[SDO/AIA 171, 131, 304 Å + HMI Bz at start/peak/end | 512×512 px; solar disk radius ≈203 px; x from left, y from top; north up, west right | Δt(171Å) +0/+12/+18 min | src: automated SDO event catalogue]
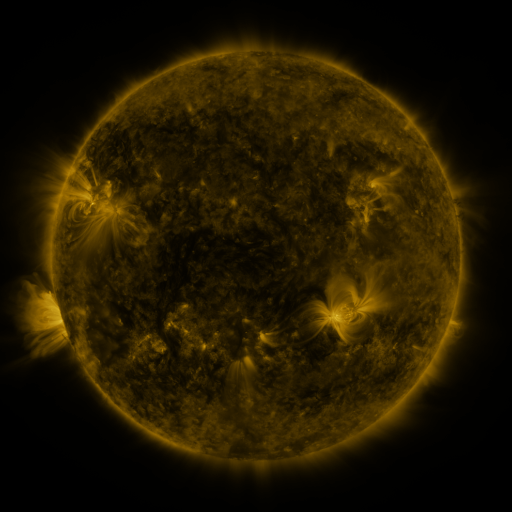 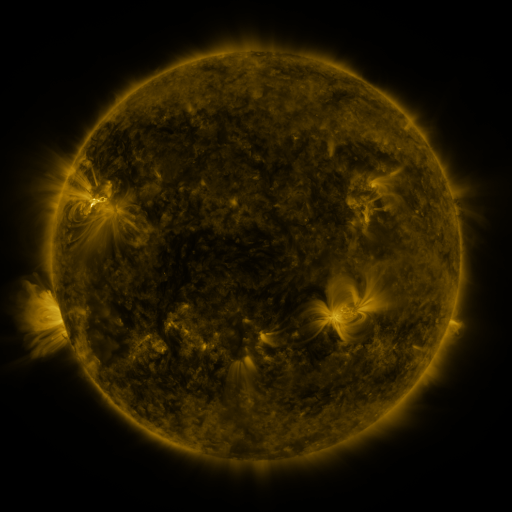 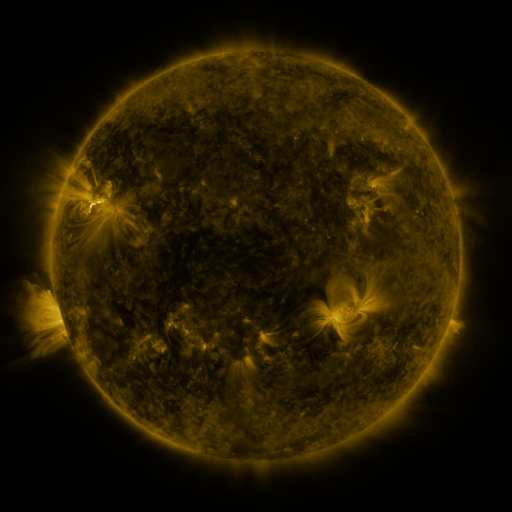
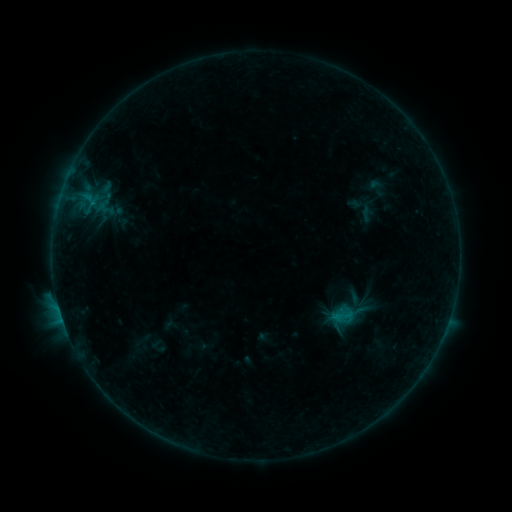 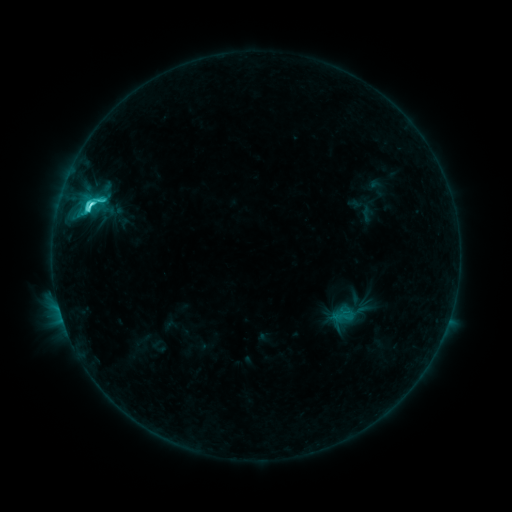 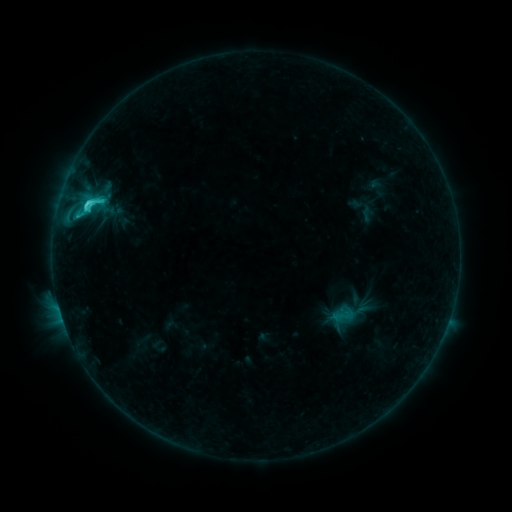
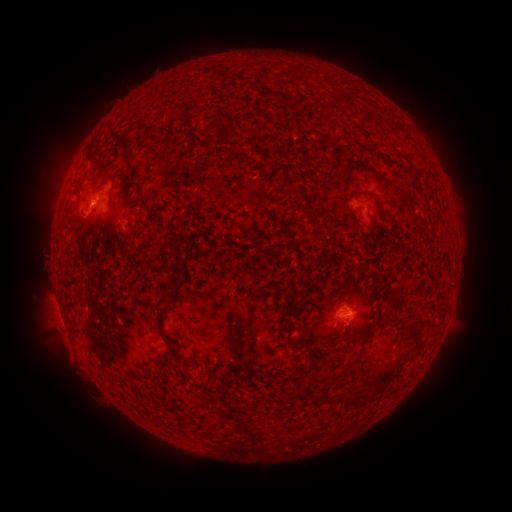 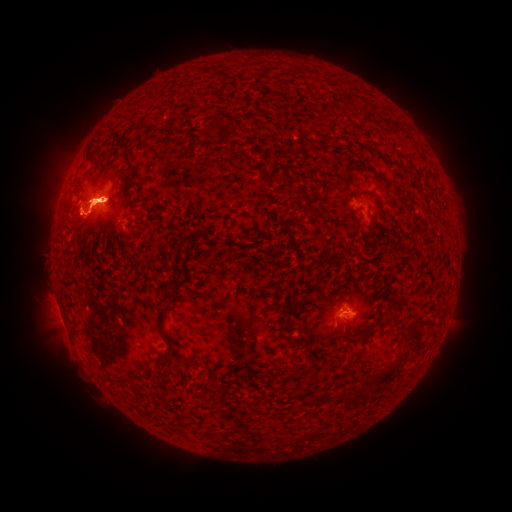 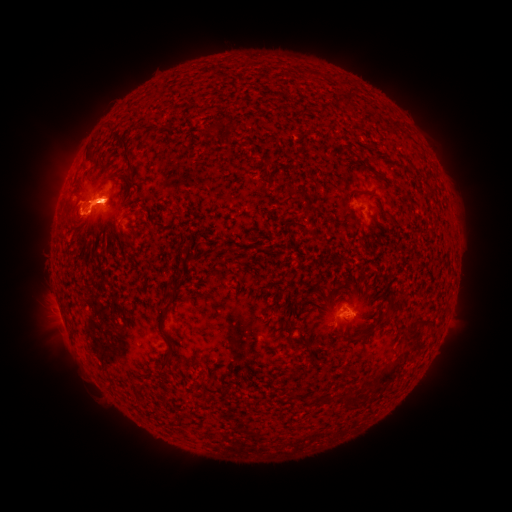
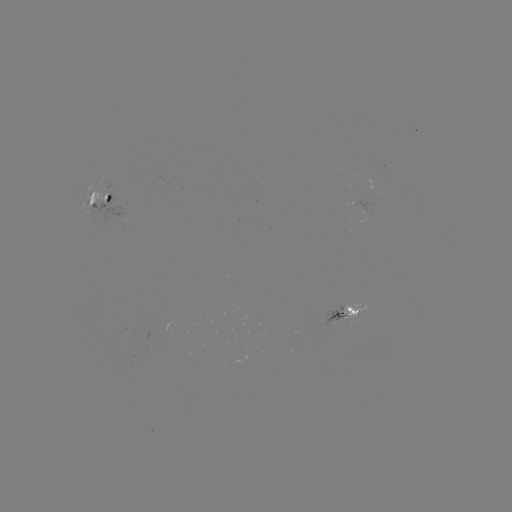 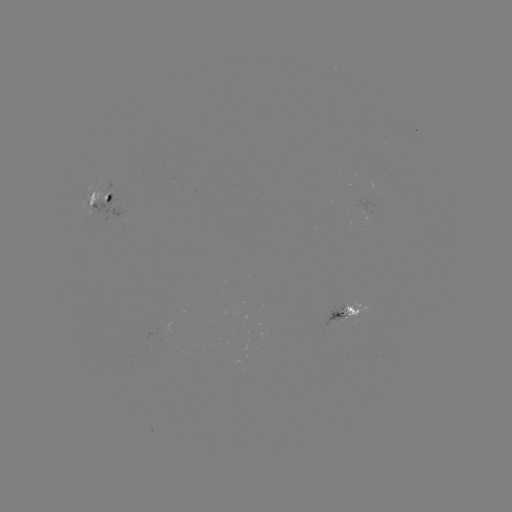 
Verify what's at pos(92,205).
C7.1 flare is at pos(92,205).